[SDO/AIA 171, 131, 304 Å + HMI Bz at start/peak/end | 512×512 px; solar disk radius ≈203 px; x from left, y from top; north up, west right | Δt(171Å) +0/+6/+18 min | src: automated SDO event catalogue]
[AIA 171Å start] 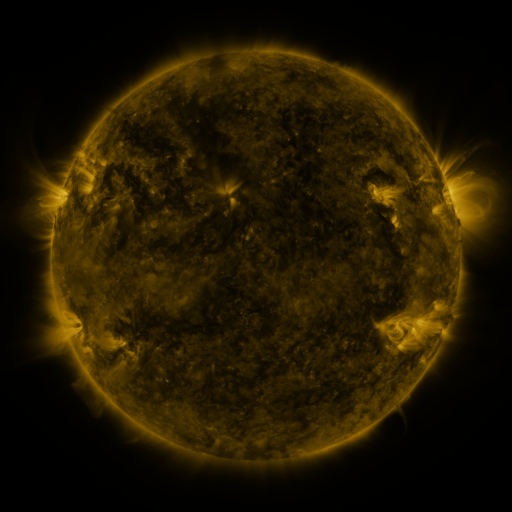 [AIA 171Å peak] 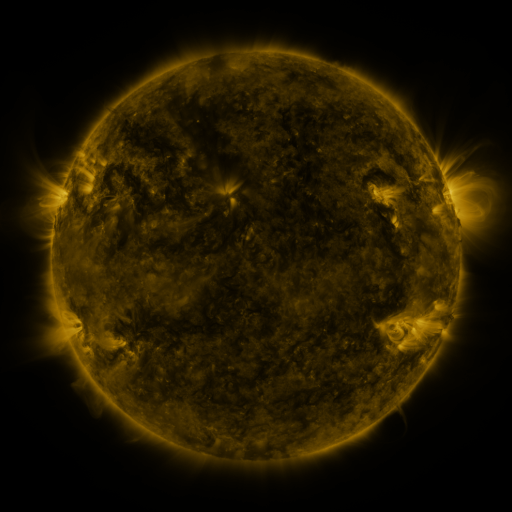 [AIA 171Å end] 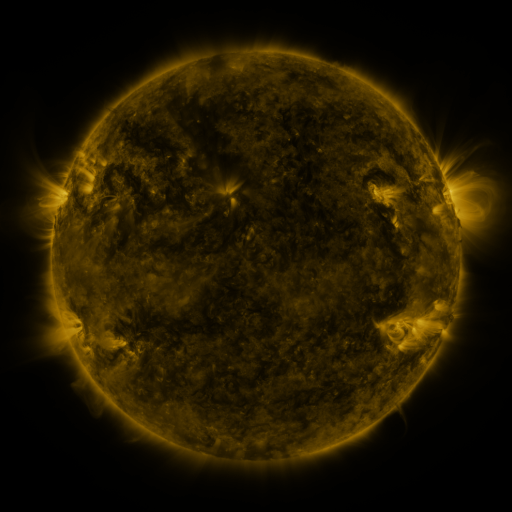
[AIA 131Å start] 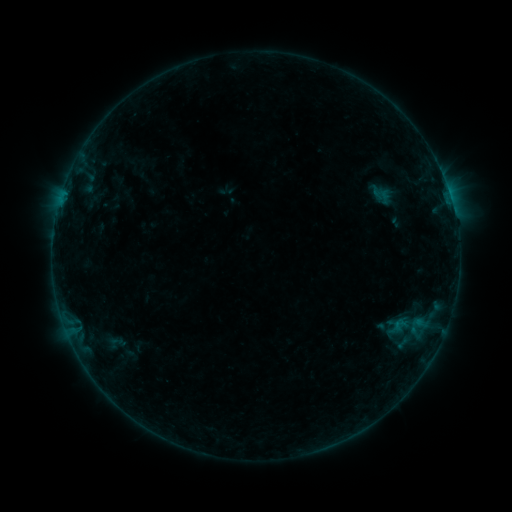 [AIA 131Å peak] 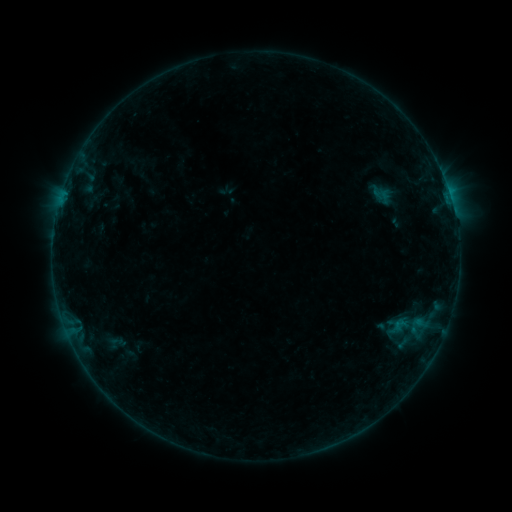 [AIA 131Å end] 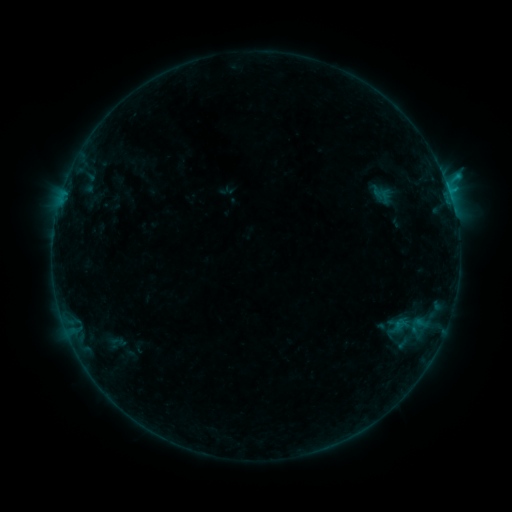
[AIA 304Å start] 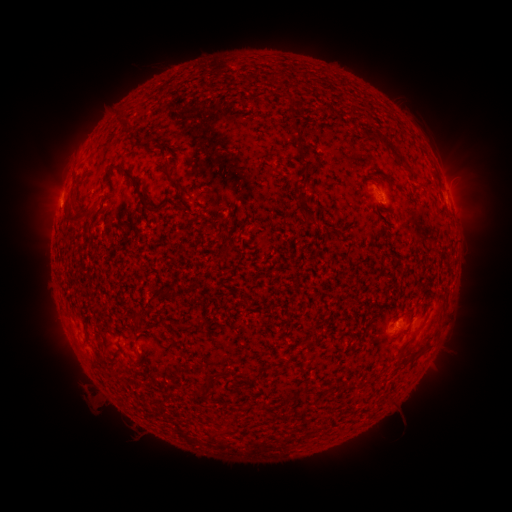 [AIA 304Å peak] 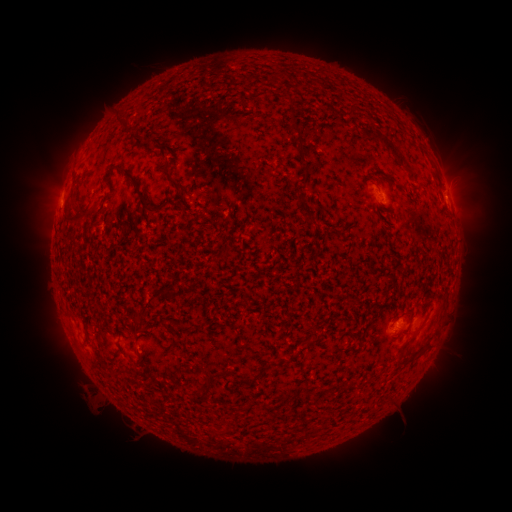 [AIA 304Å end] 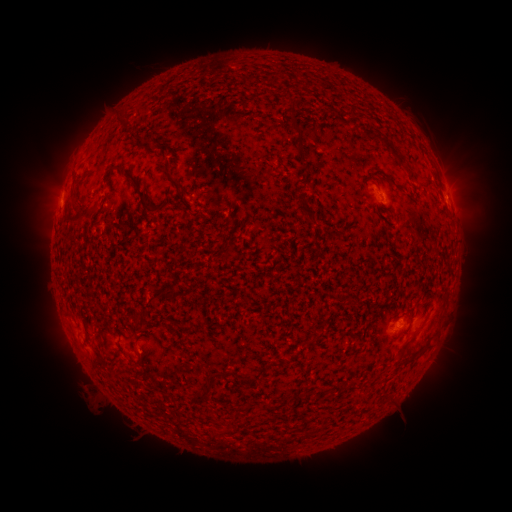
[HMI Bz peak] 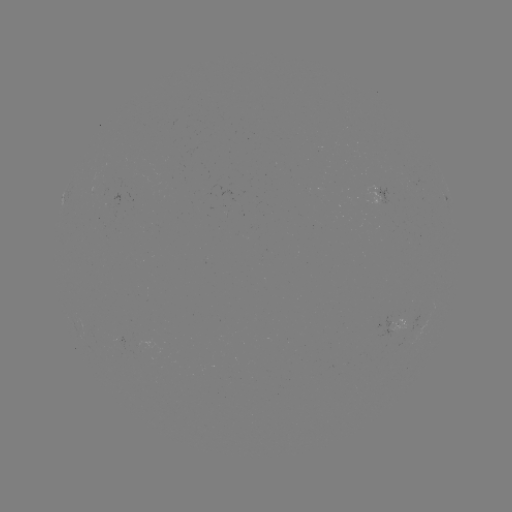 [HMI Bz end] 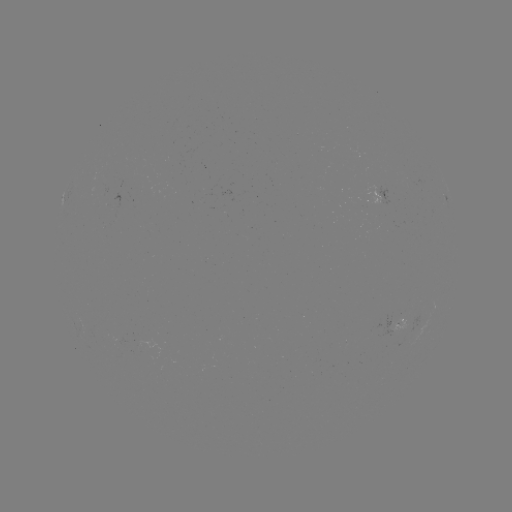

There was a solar flare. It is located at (59, 203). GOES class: B6.6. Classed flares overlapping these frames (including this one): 1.